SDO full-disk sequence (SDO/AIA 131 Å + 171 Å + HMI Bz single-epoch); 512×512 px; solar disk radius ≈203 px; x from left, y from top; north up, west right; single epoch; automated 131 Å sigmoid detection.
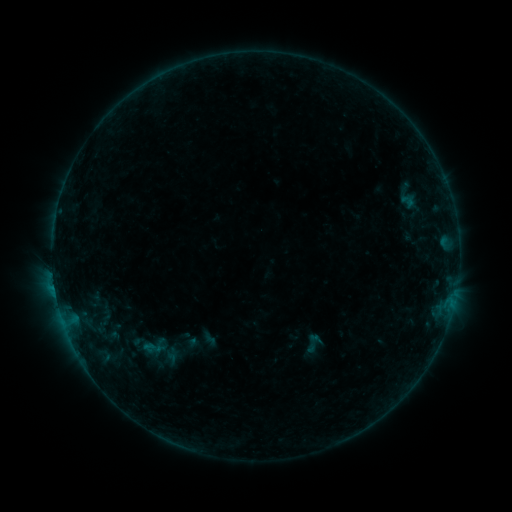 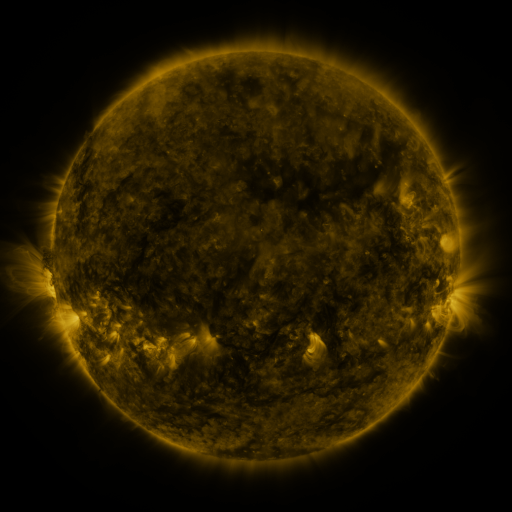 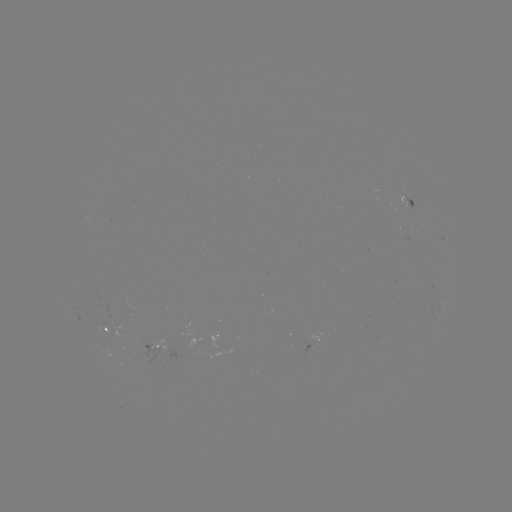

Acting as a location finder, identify sigmoid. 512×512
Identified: (312, 343).